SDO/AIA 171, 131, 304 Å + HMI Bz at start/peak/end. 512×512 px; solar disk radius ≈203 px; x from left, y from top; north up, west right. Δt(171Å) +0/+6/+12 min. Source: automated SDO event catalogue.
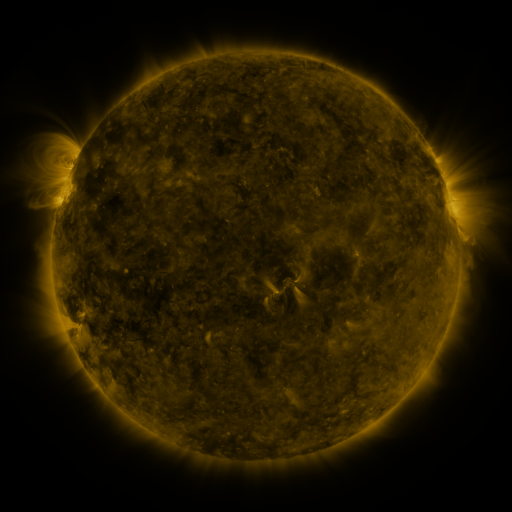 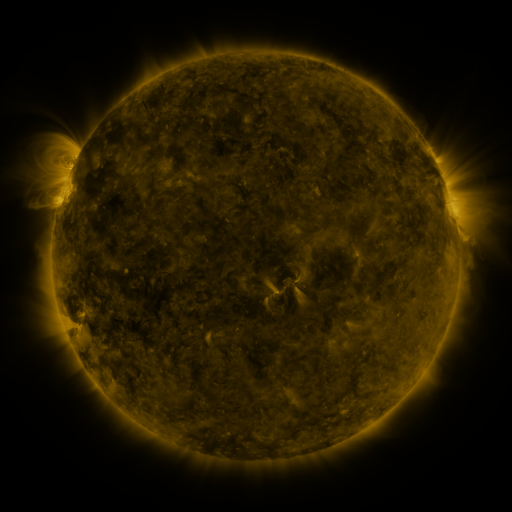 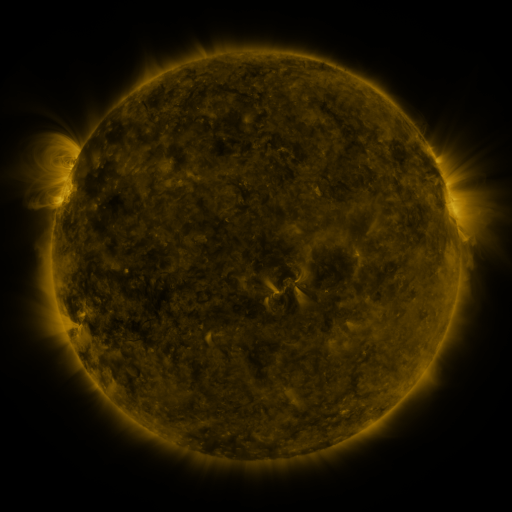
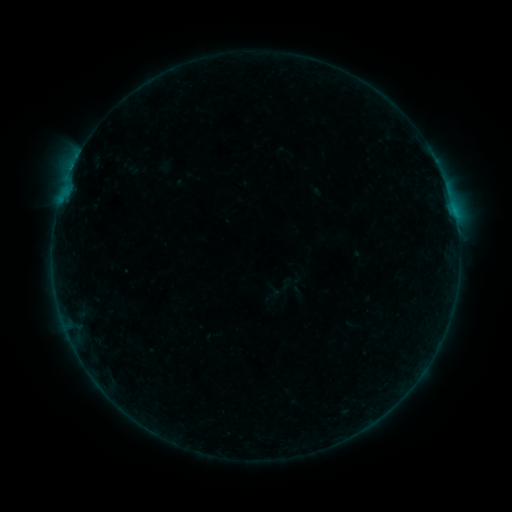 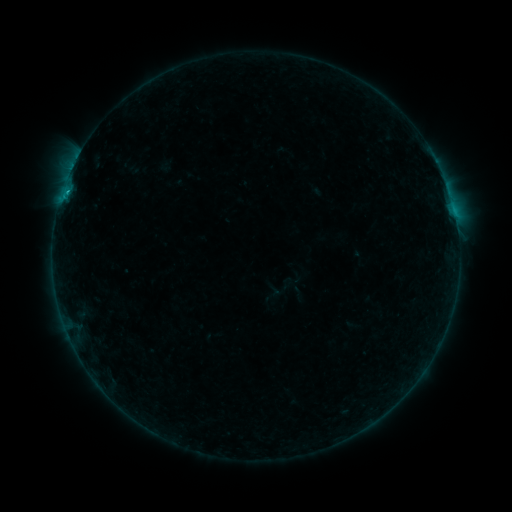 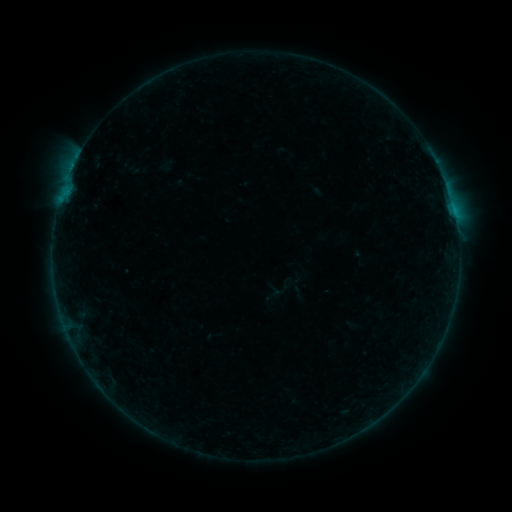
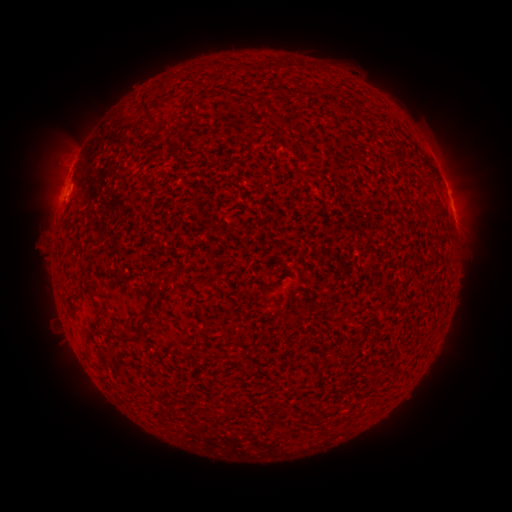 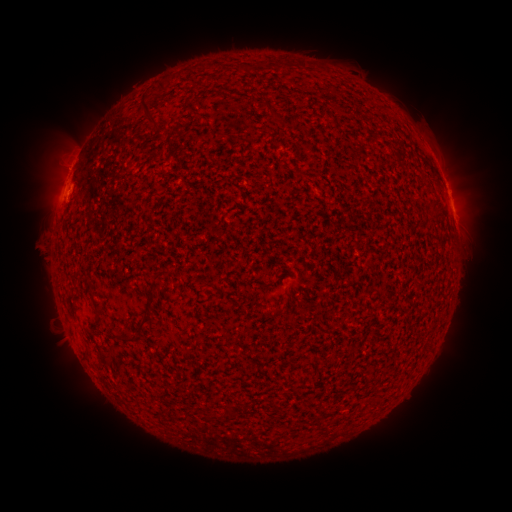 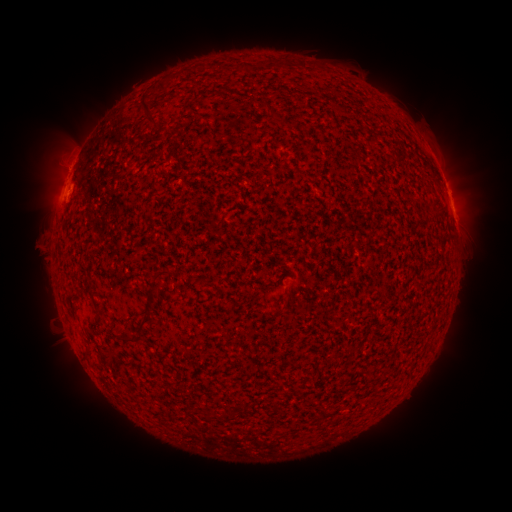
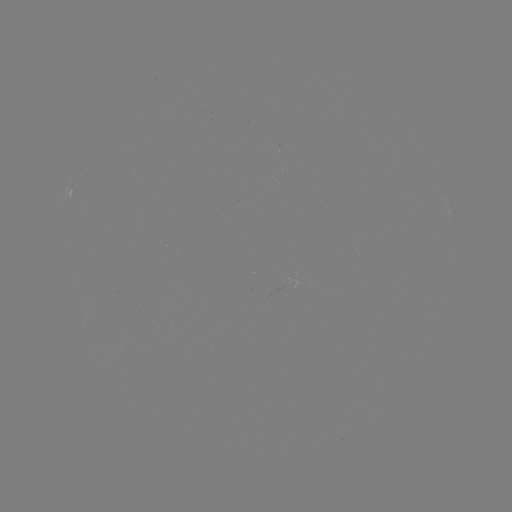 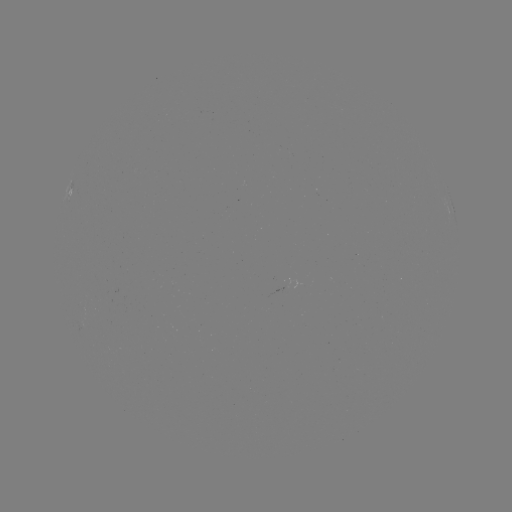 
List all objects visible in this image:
B4.8 flare: (68, 193)
